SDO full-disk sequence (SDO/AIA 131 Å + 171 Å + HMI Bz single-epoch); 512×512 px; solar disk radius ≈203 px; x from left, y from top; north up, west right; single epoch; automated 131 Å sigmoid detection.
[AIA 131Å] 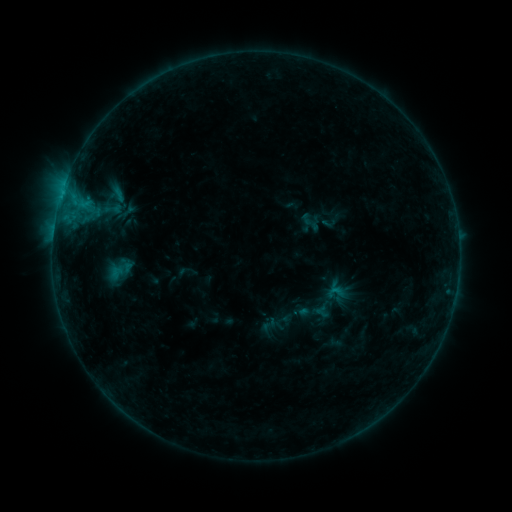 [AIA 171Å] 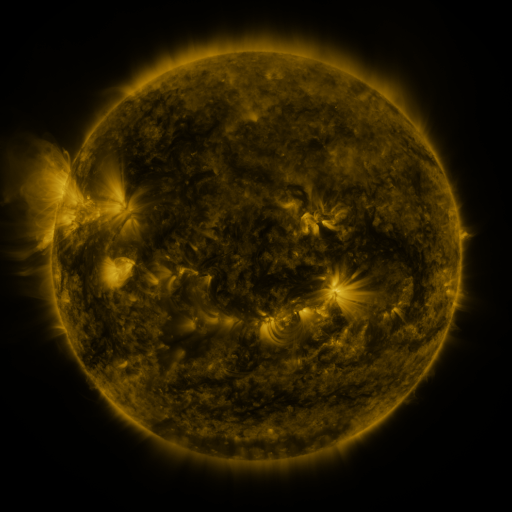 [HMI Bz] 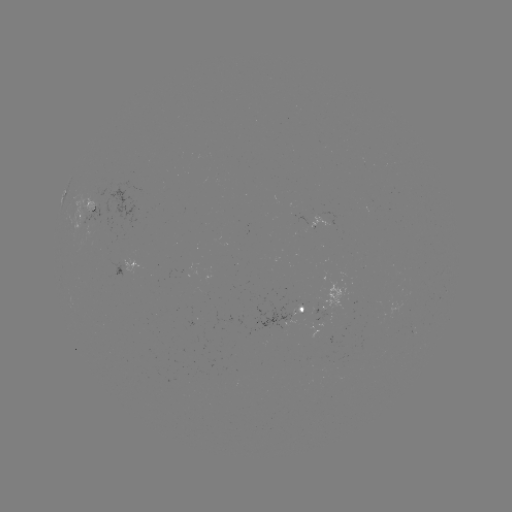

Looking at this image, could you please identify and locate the sigmoid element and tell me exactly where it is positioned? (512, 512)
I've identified sigmoid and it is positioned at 269,324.